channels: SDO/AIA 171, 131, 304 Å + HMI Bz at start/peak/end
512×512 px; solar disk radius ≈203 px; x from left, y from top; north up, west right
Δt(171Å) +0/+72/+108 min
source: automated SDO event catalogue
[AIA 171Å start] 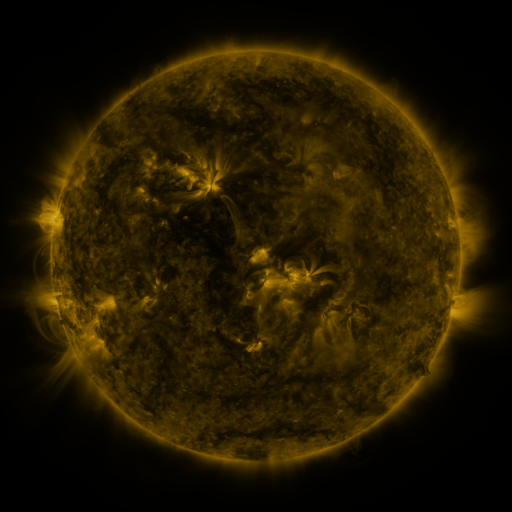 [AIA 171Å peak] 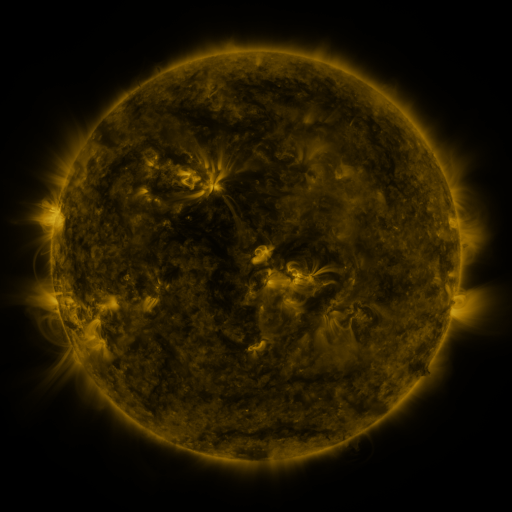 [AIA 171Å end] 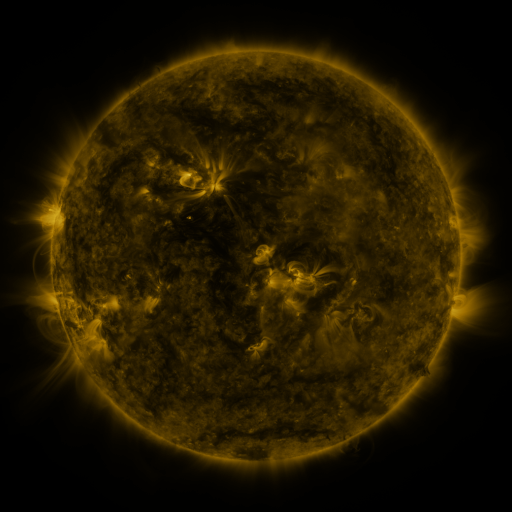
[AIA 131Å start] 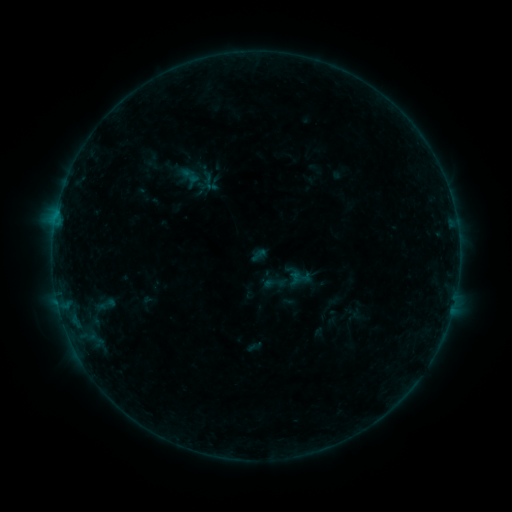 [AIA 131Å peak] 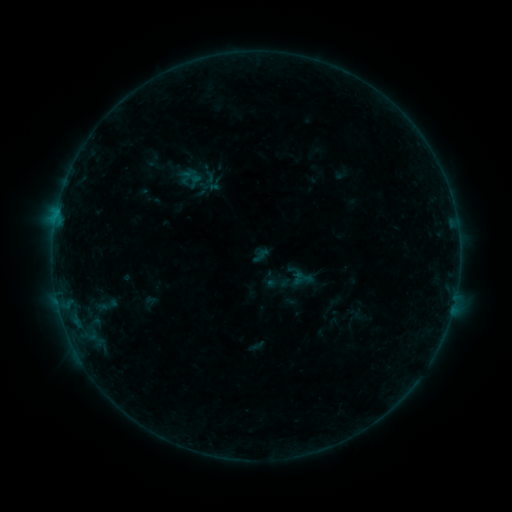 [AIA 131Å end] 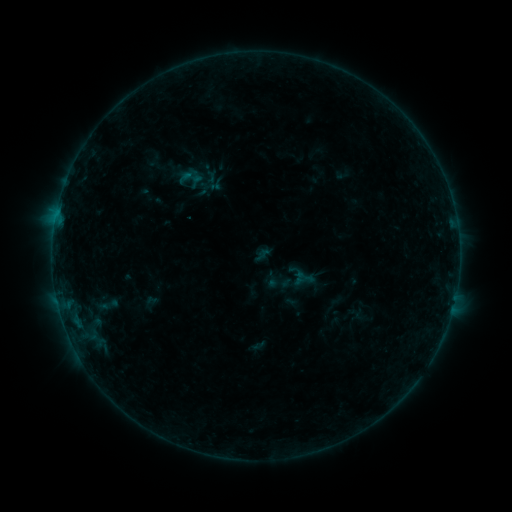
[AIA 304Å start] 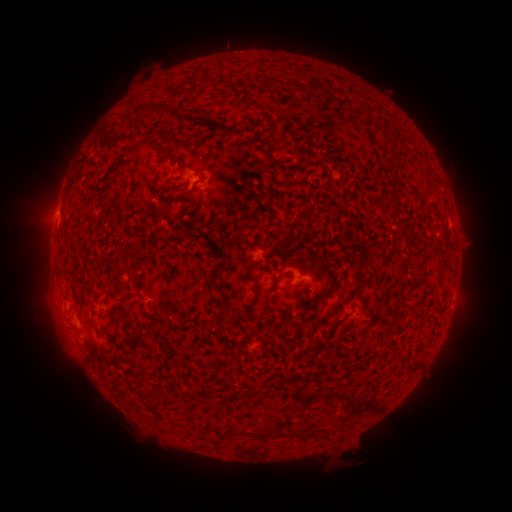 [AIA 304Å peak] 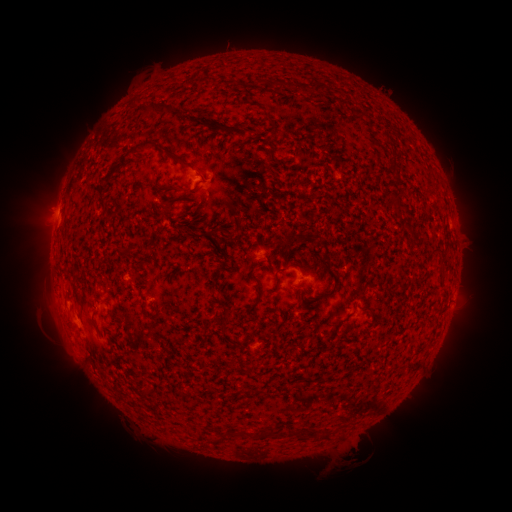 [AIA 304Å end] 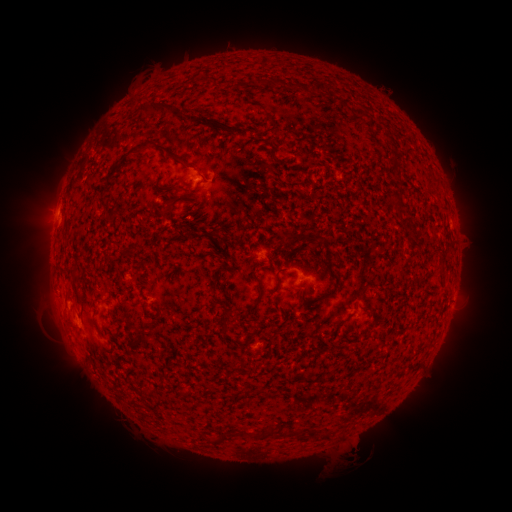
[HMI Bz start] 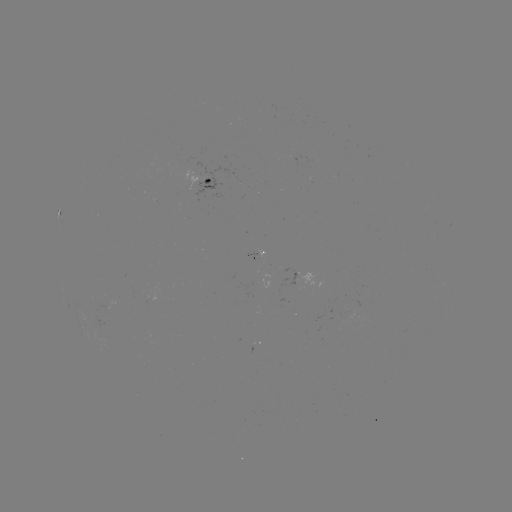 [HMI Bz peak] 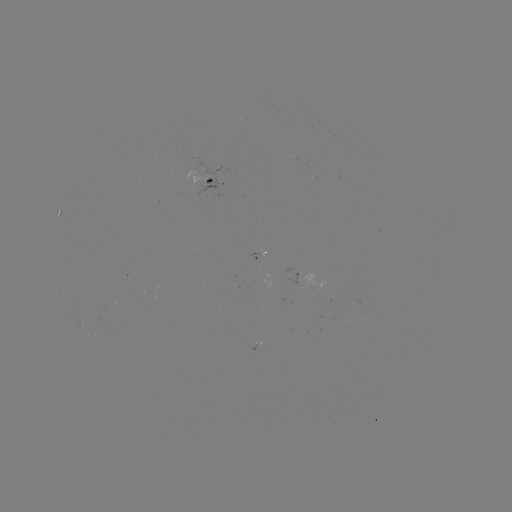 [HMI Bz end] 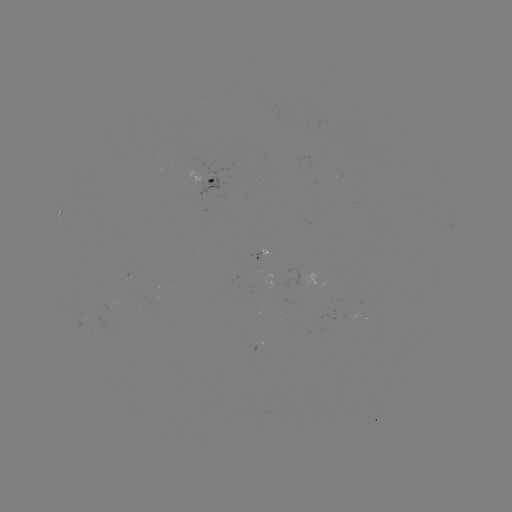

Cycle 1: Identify emerging-flux region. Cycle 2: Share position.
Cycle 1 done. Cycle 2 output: (296, 273).